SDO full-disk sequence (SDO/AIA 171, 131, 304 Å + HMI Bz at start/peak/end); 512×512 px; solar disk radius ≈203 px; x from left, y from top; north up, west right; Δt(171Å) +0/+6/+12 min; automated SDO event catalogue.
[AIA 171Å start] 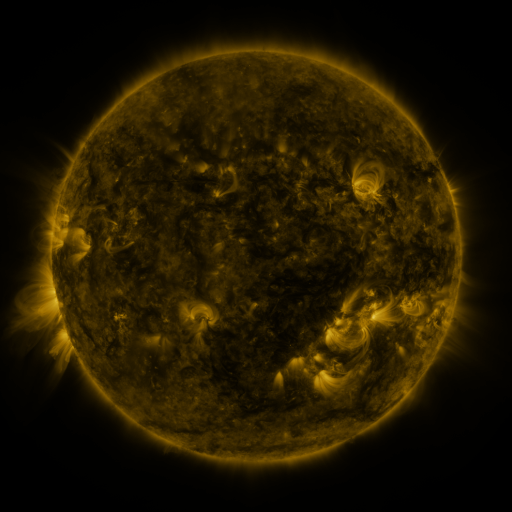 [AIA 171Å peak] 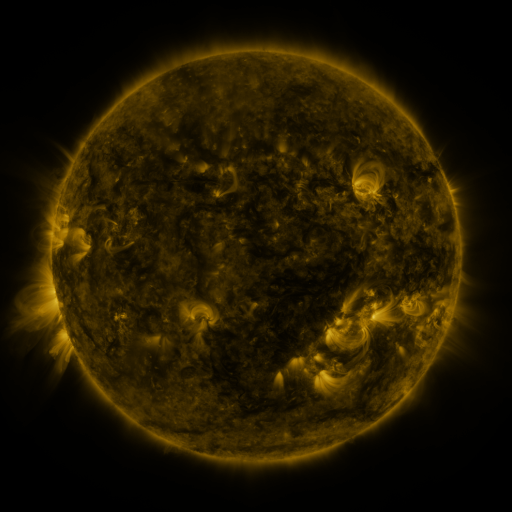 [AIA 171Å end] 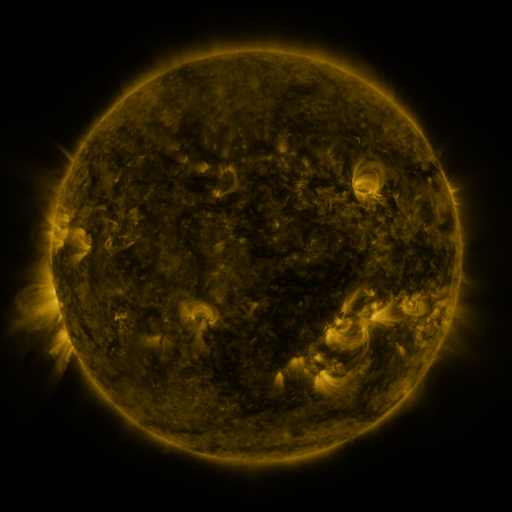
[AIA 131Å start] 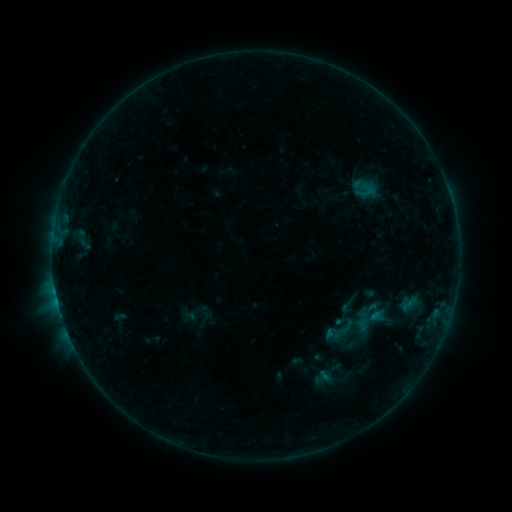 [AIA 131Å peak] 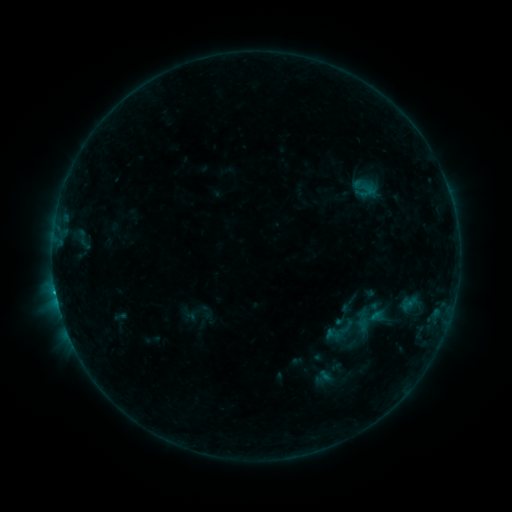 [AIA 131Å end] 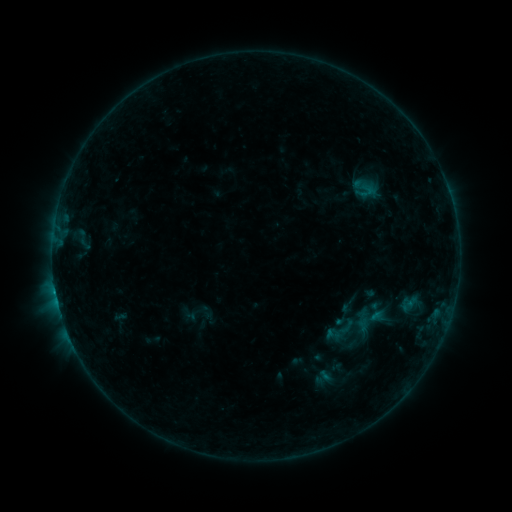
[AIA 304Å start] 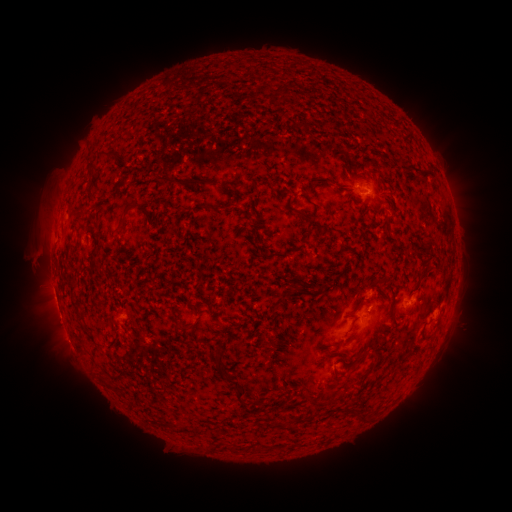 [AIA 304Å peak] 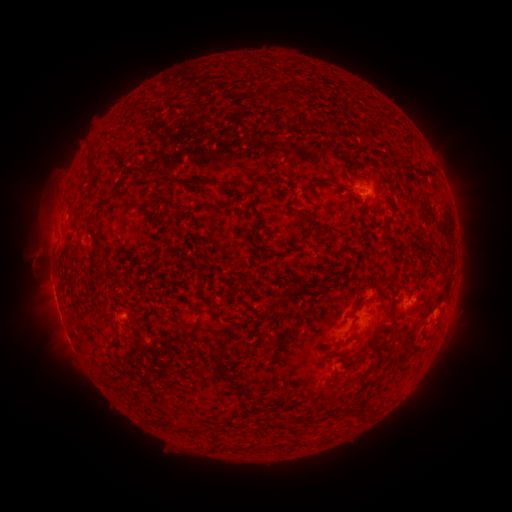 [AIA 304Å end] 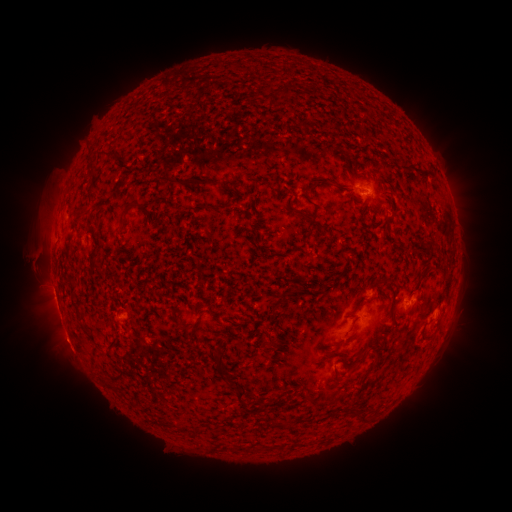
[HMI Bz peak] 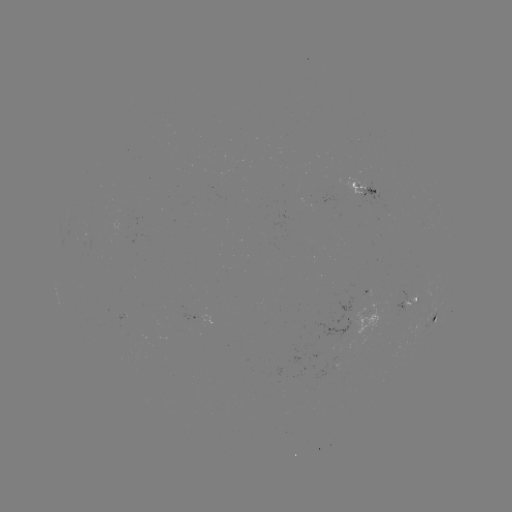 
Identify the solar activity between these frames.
B6.9 flare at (55, 287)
